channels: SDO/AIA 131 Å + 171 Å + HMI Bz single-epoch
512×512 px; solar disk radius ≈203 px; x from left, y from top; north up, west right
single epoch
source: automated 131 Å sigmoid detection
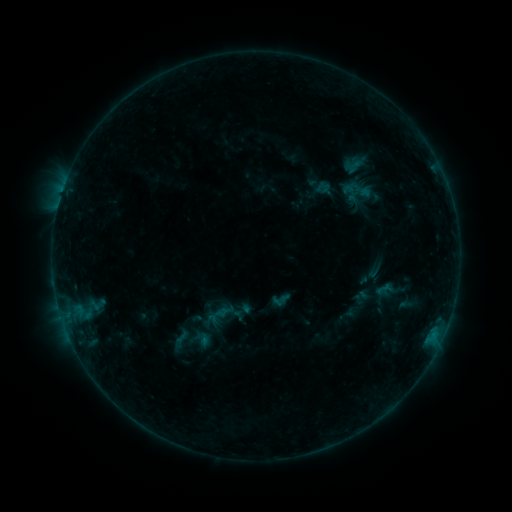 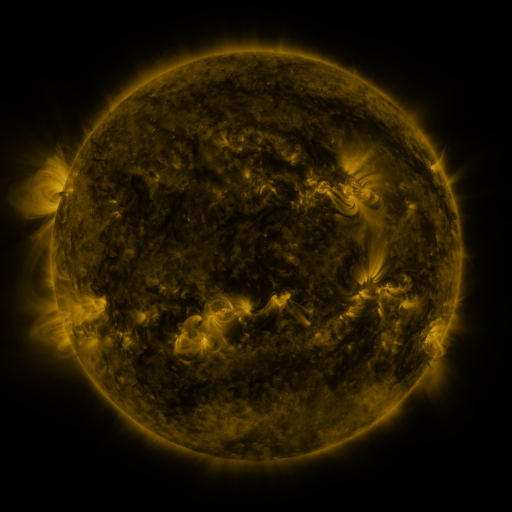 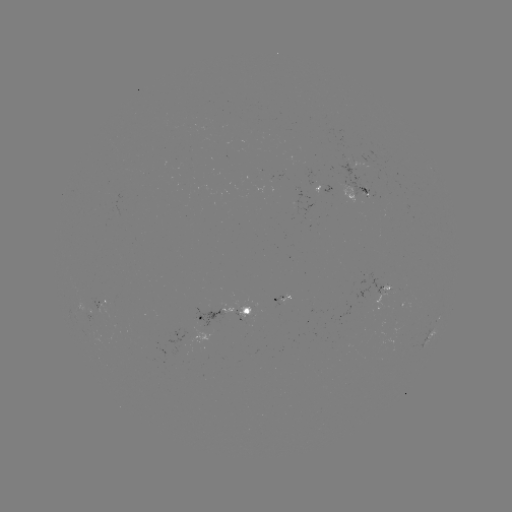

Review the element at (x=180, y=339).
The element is sigmoid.